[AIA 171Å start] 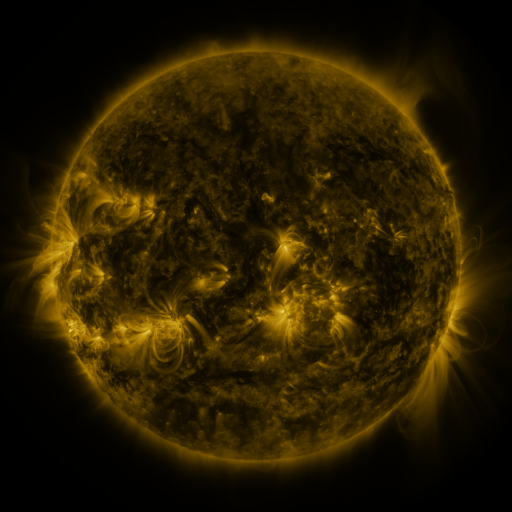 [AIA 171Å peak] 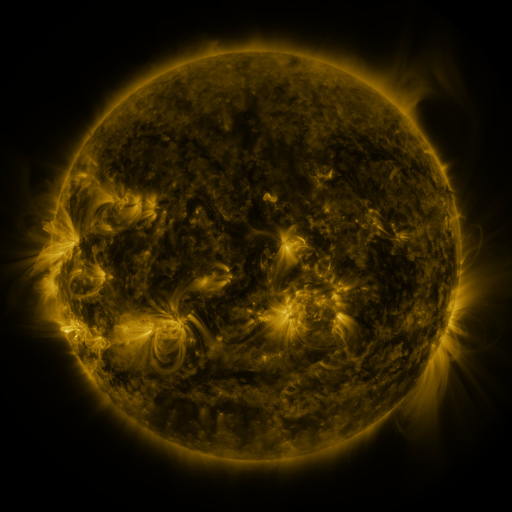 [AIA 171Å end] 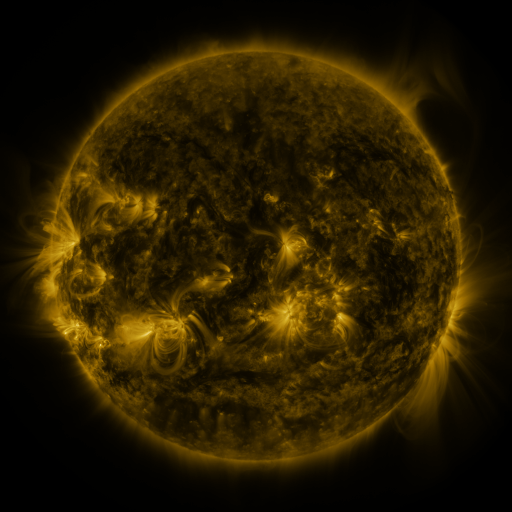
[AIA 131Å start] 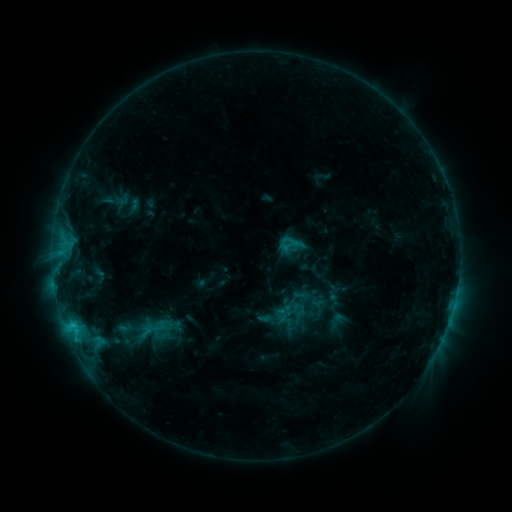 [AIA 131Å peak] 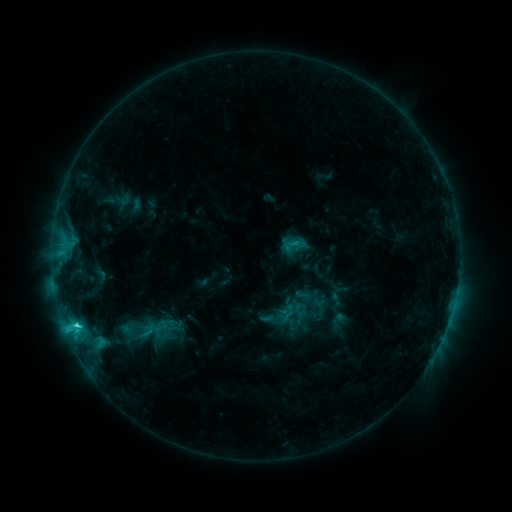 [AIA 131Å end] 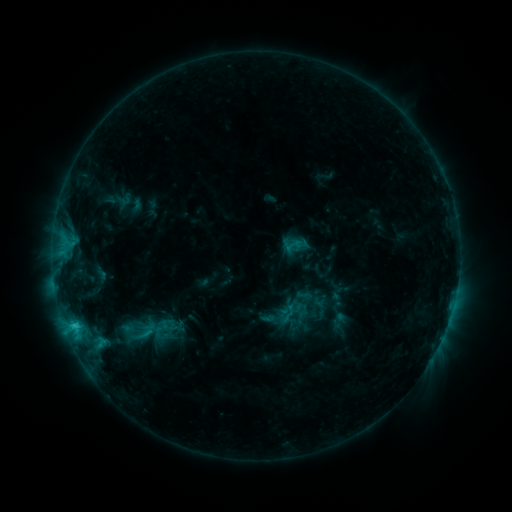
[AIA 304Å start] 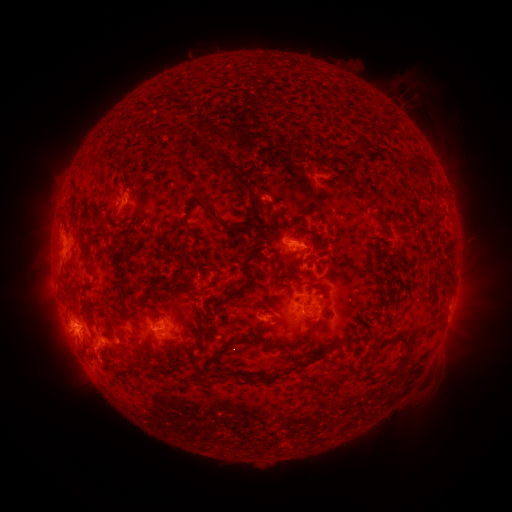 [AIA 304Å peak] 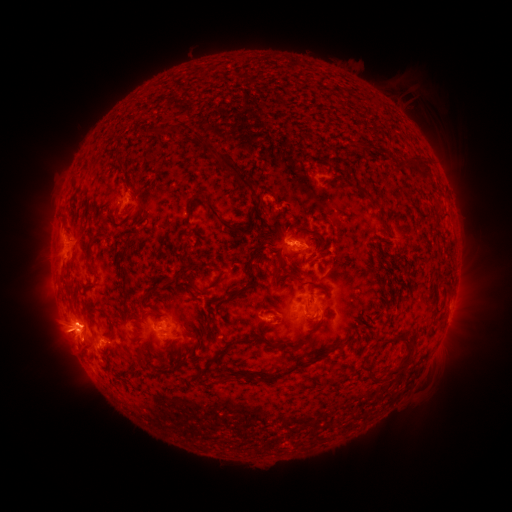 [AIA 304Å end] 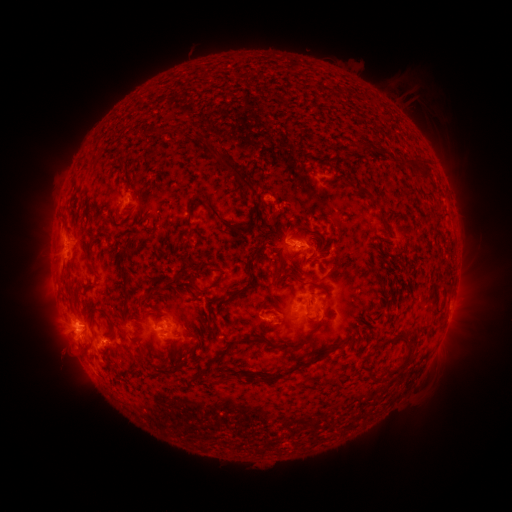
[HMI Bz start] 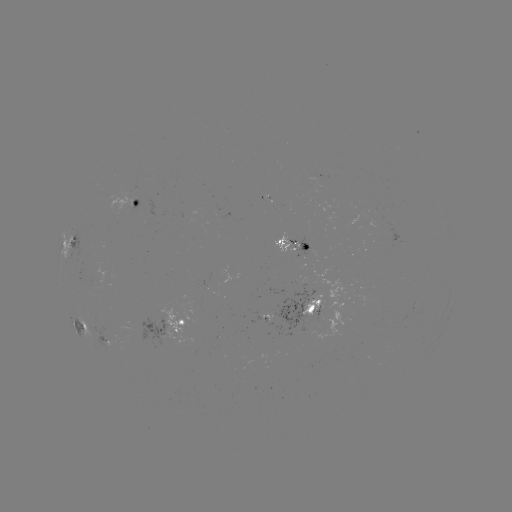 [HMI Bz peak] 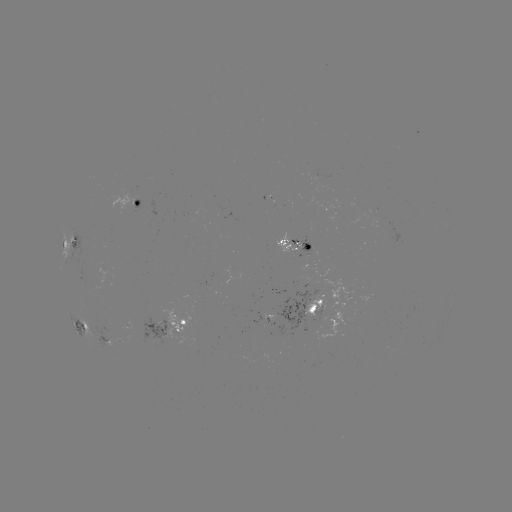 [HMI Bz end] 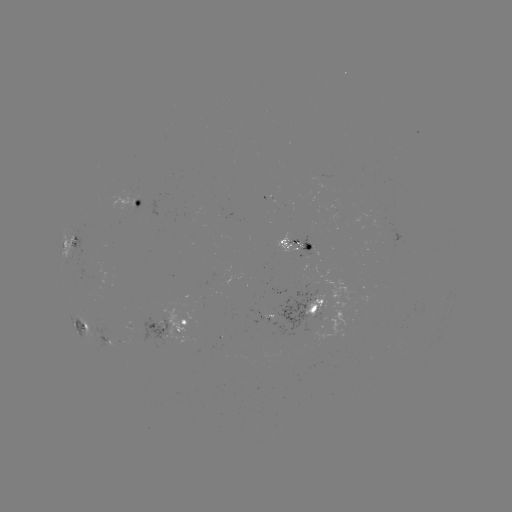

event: emerging-flux region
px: (127, 327)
